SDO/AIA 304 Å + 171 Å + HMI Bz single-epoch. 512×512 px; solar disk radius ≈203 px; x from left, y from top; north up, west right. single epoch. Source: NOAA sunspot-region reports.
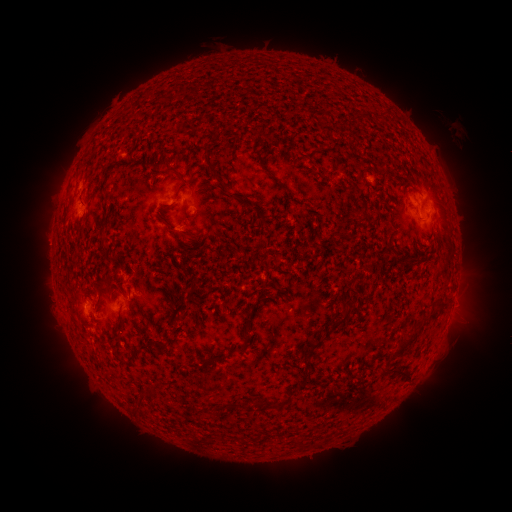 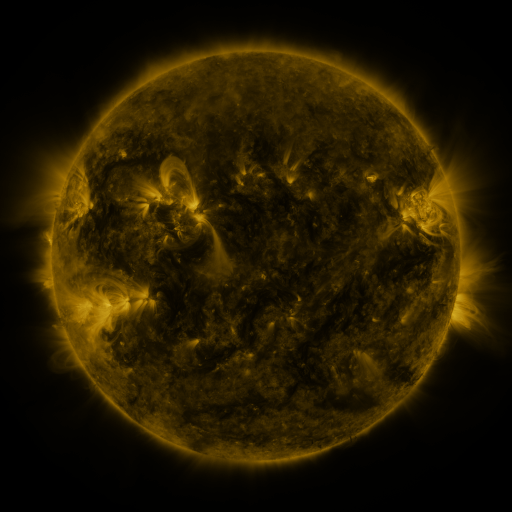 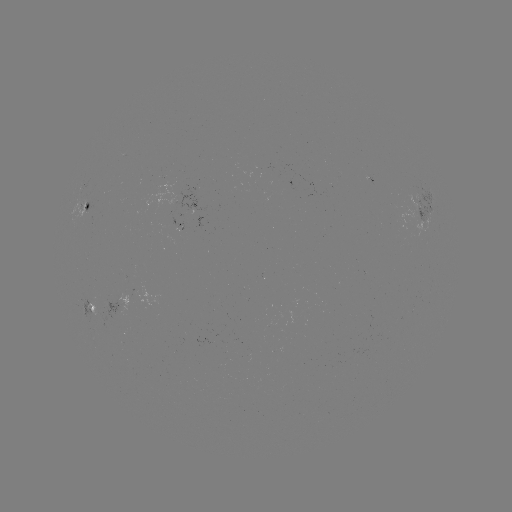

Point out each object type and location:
spotted active region: (90, 208)
spotted active region: (423, 208)
spotted active region: (186, 225)
spotted active region: (93, 306)
